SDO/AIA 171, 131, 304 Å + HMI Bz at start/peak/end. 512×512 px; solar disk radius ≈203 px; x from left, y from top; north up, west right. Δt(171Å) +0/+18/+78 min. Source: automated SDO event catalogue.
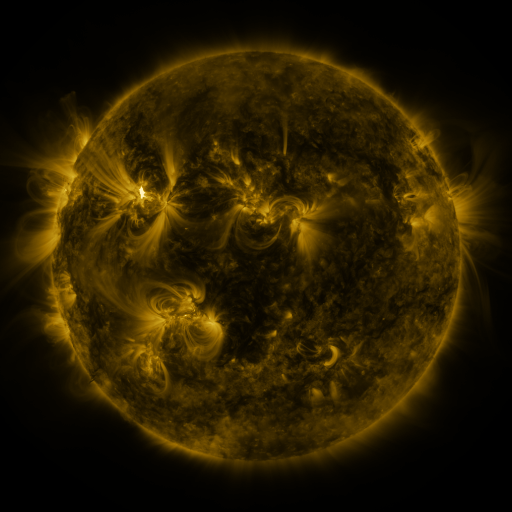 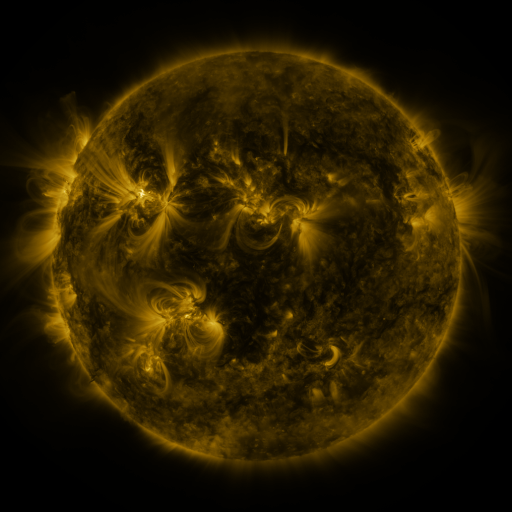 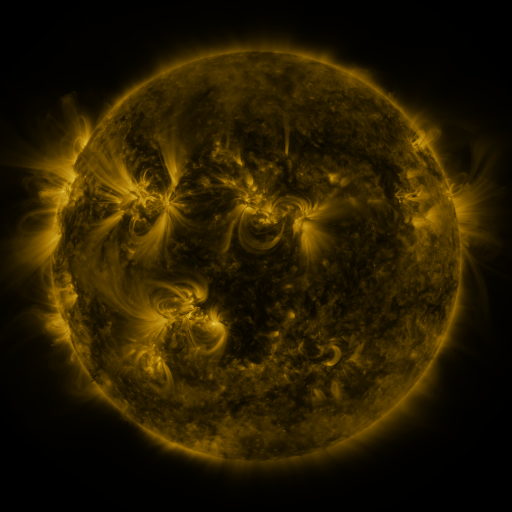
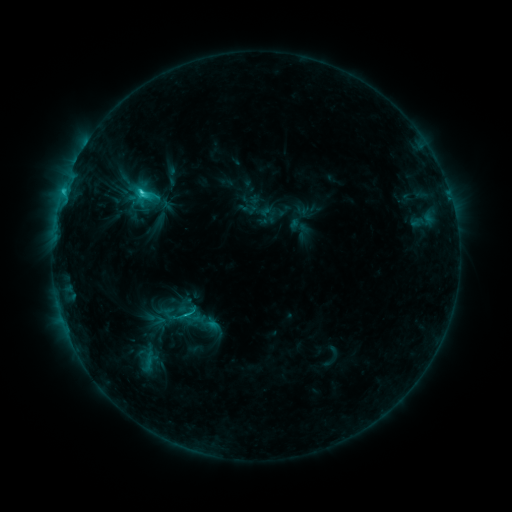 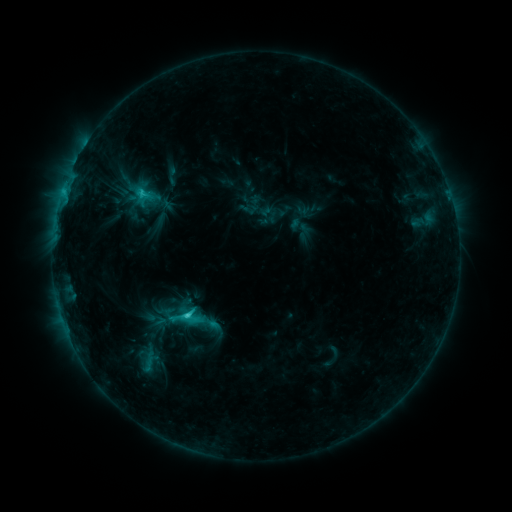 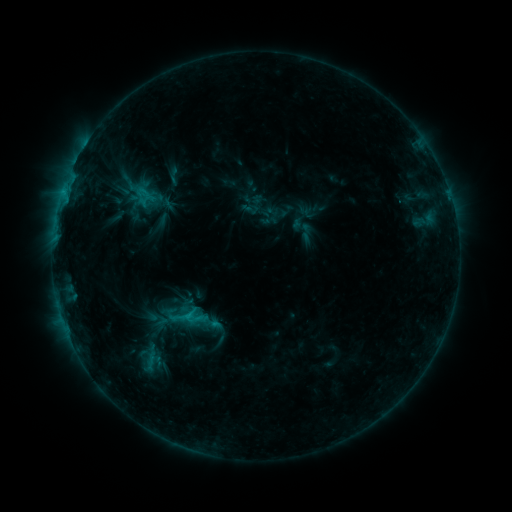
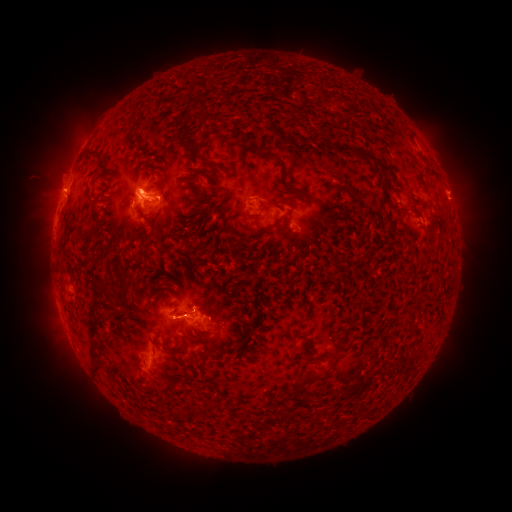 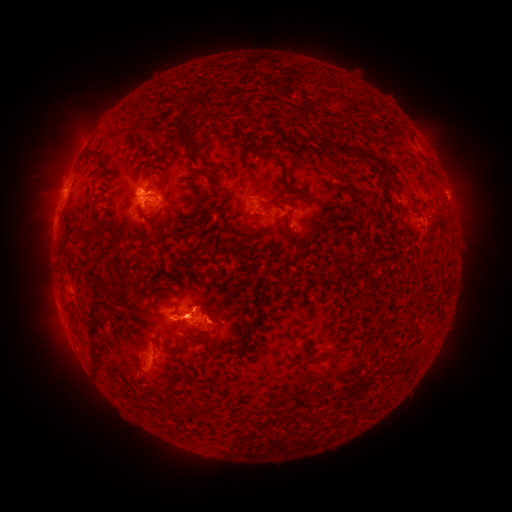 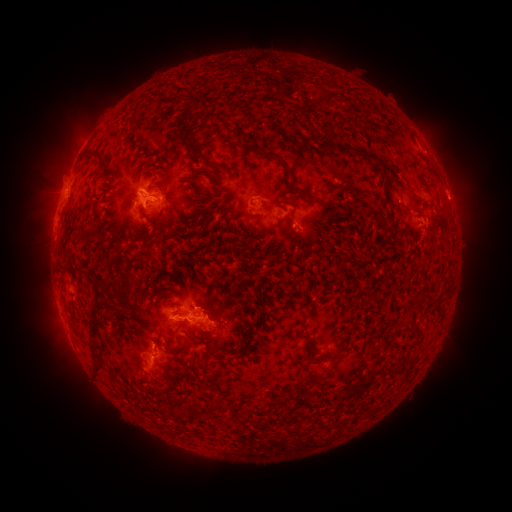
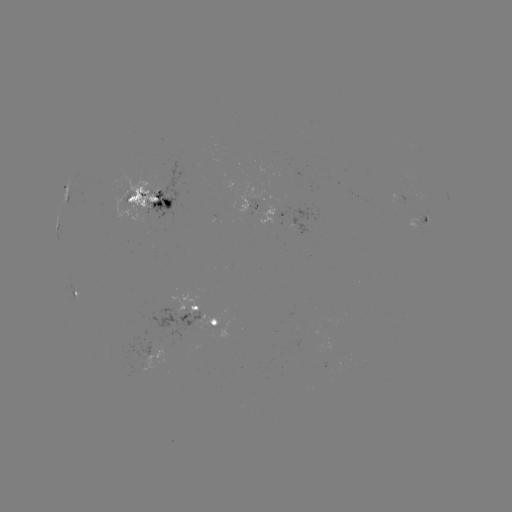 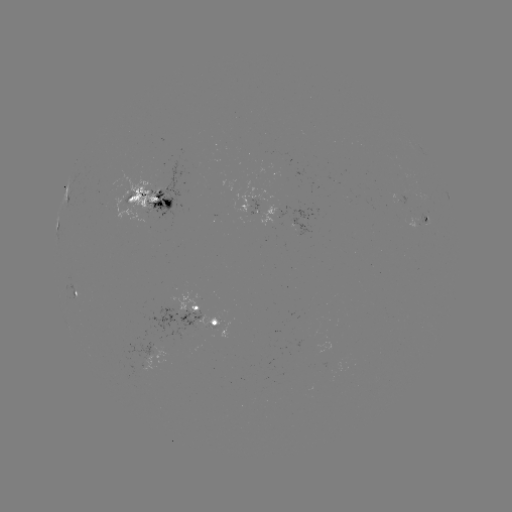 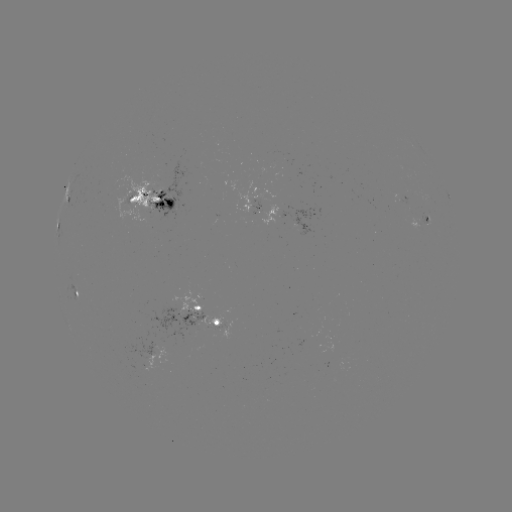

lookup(C2.7 flare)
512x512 [191, 314]